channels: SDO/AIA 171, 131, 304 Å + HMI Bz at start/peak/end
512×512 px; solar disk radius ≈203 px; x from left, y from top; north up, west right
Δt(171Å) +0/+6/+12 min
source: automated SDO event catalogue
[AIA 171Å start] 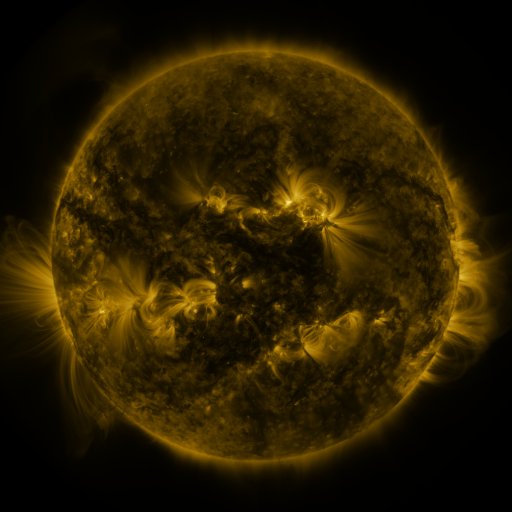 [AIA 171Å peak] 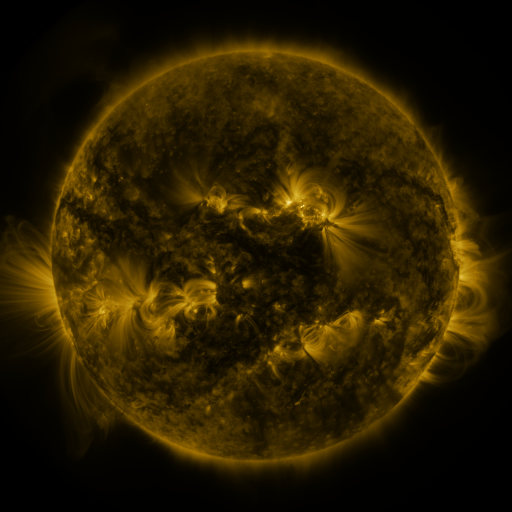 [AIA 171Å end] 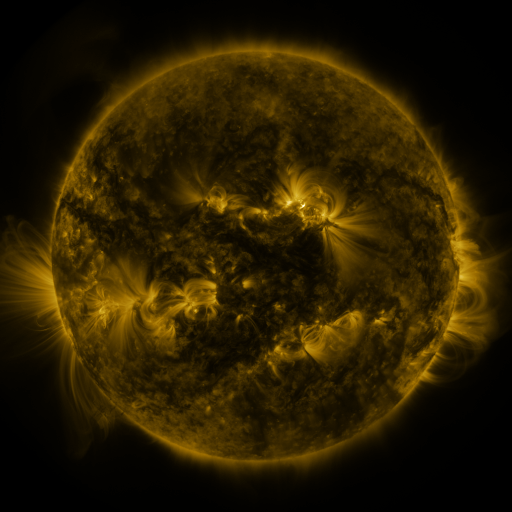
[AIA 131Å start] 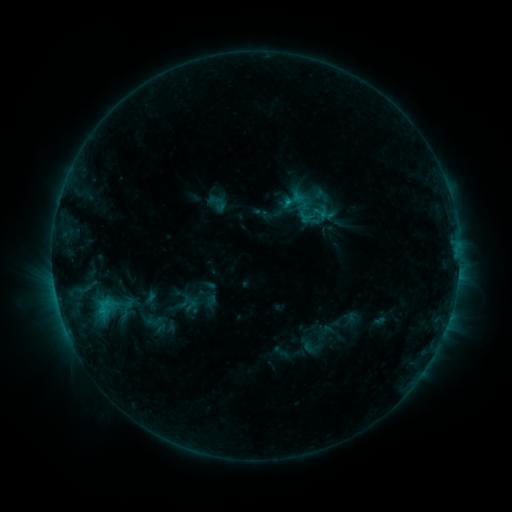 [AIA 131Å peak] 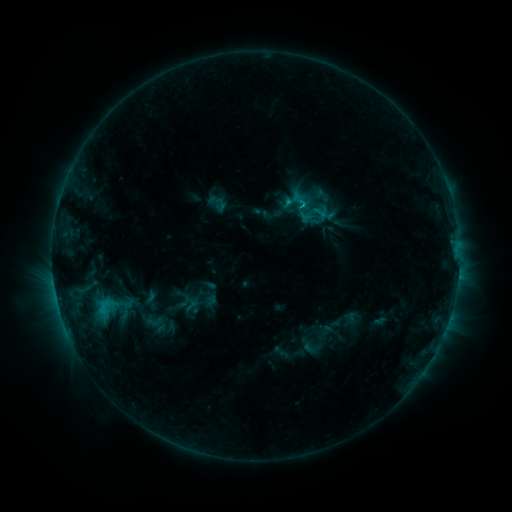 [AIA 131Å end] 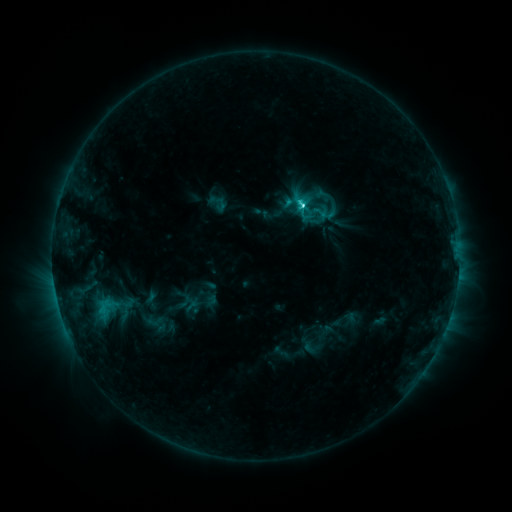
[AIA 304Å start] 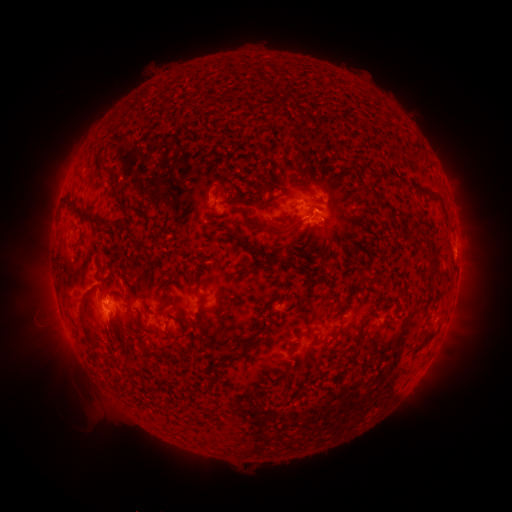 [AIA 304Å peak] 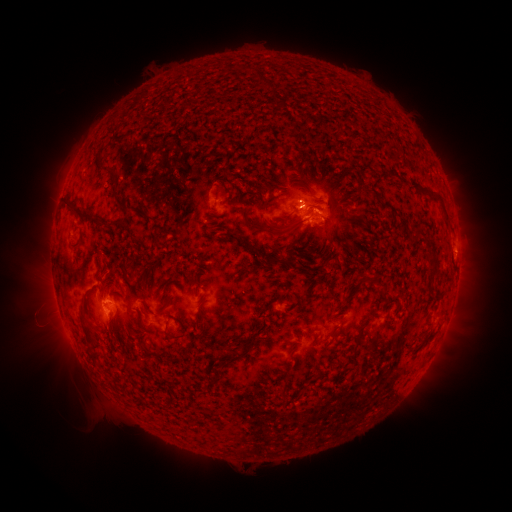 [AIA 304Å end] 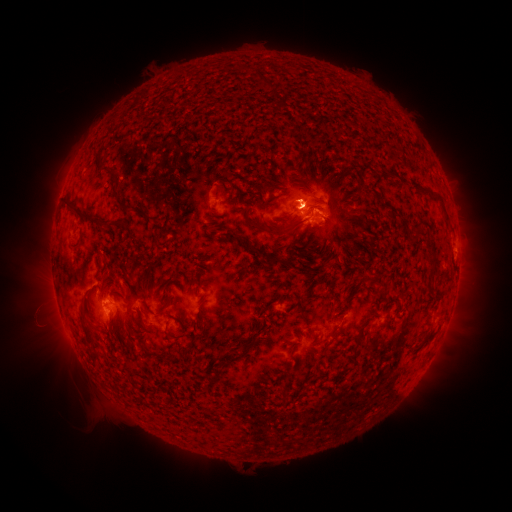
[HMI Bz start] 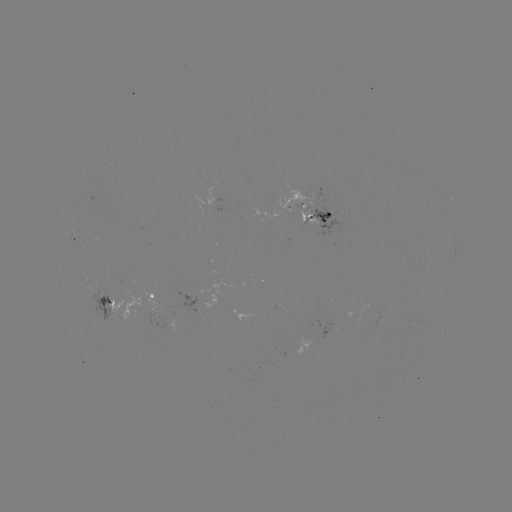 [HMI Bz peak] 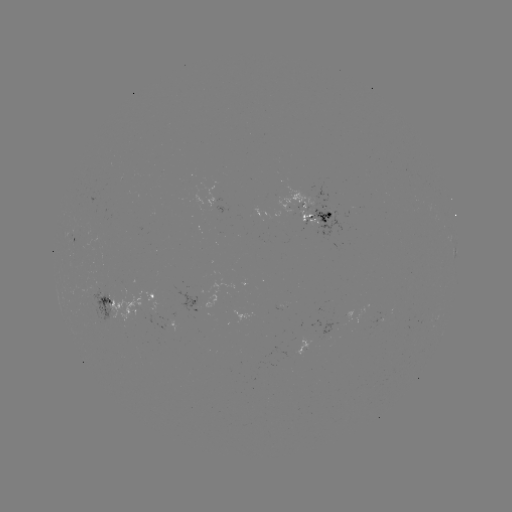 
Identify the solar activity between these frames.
C6.3 flare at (299, 207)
